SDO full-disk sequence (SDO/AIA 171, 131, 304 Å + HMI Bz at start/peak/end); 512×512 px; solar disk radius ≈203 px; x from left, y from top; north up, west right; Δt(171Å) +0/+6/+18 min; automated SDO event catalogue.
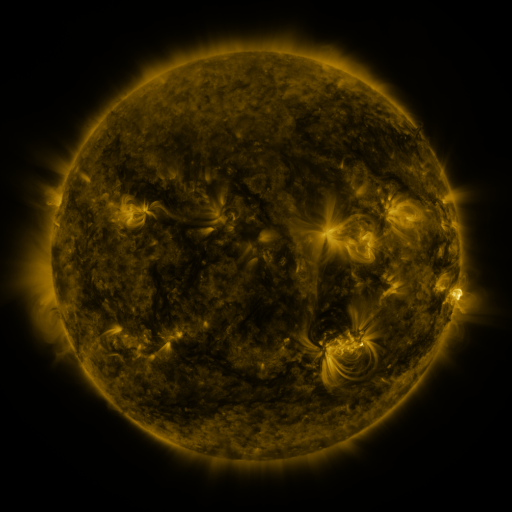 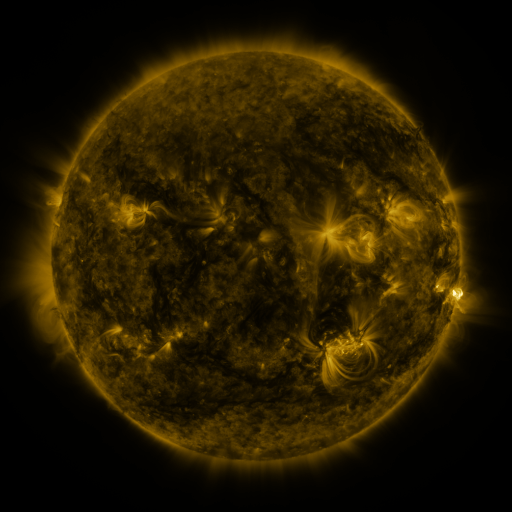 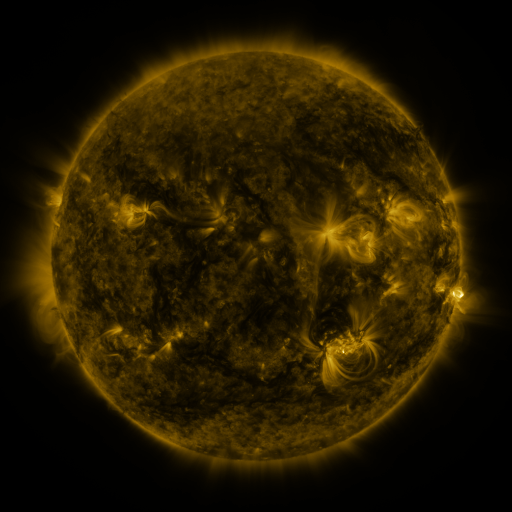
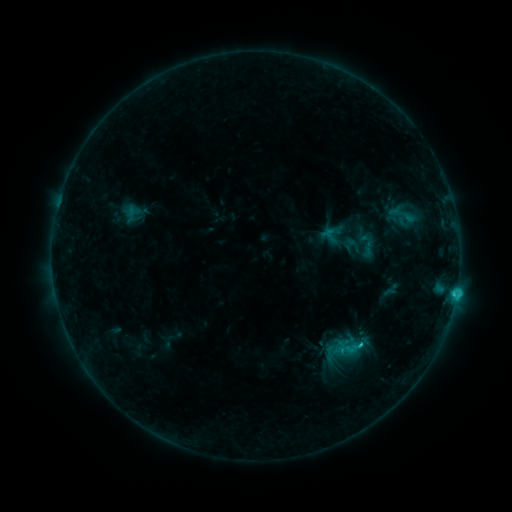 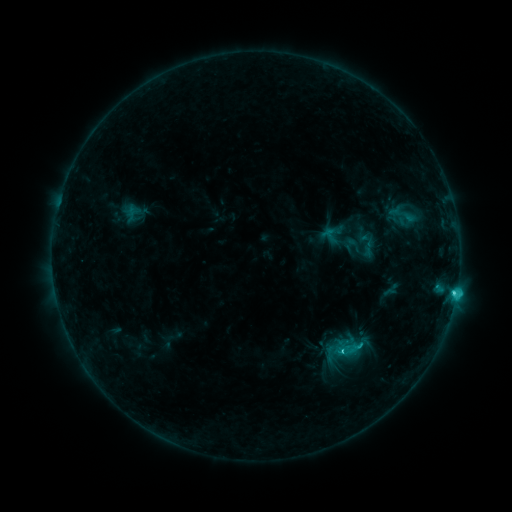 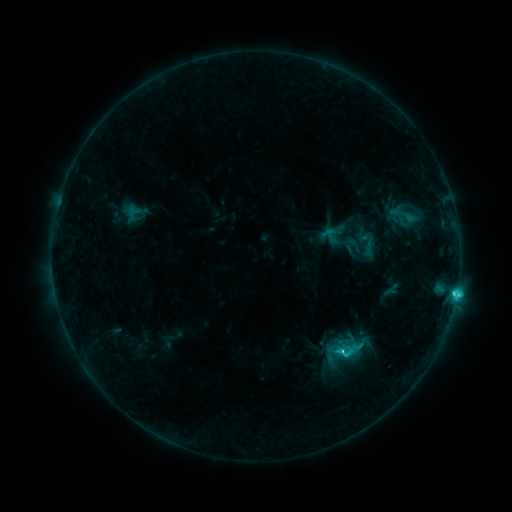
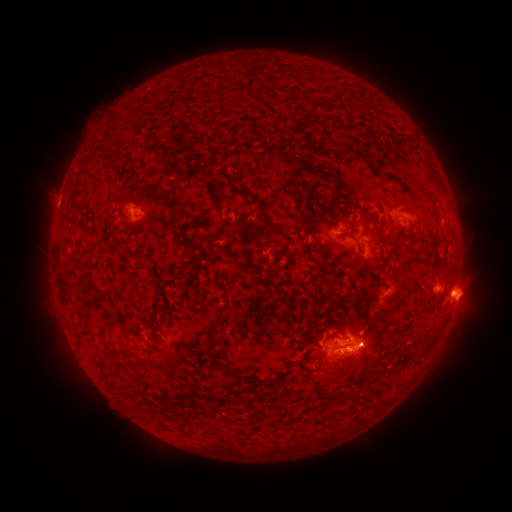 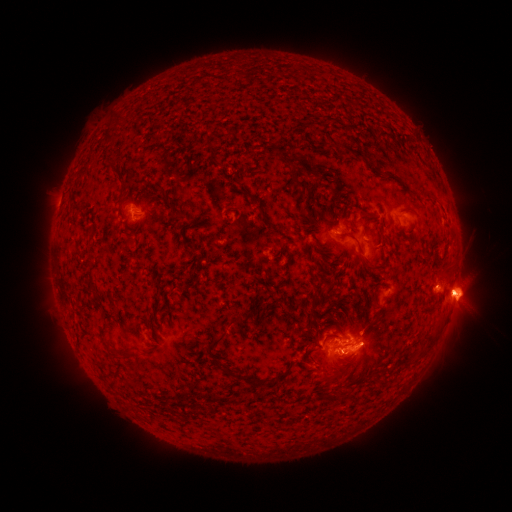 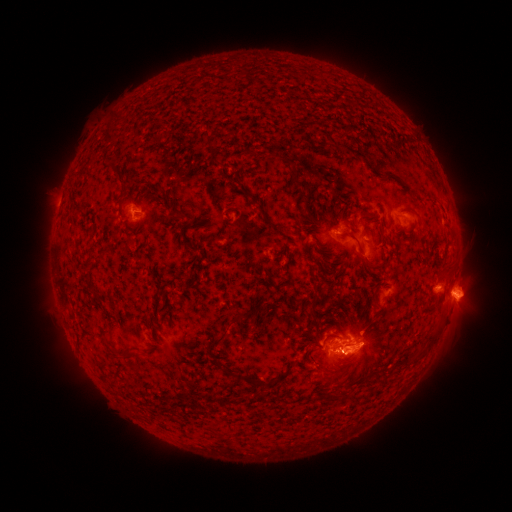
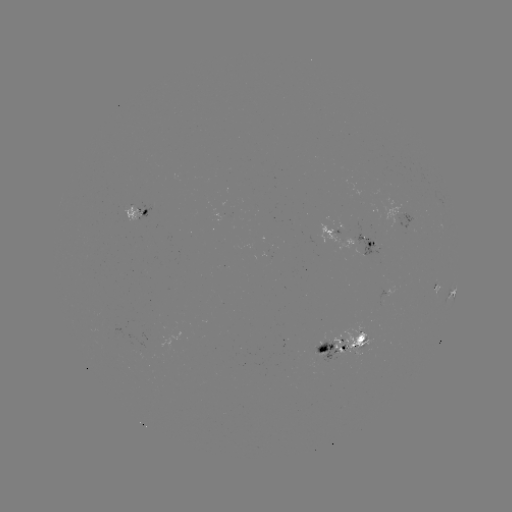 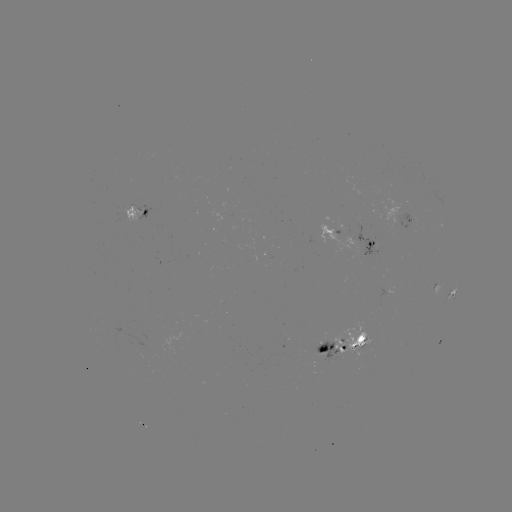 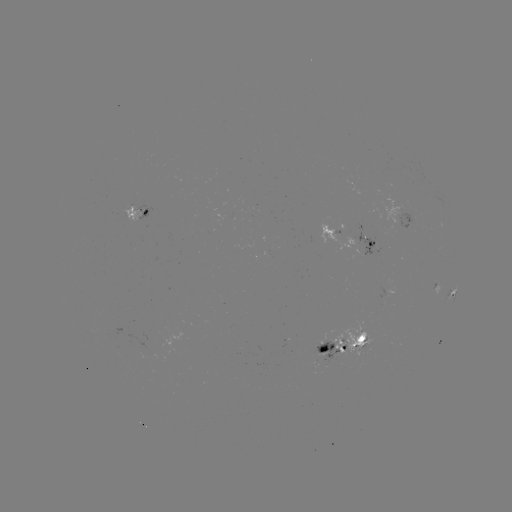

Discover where C4.3 flare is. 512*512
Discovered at (453, 291).